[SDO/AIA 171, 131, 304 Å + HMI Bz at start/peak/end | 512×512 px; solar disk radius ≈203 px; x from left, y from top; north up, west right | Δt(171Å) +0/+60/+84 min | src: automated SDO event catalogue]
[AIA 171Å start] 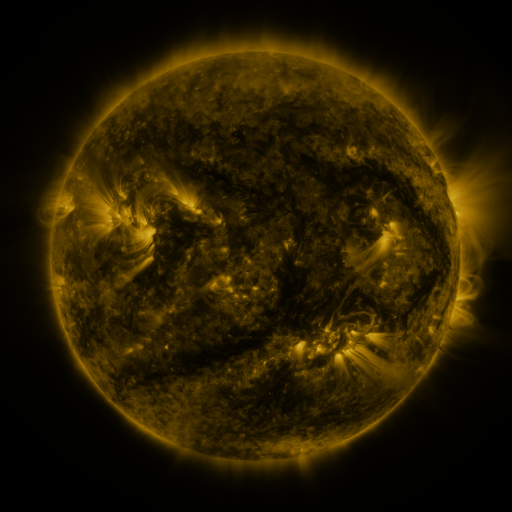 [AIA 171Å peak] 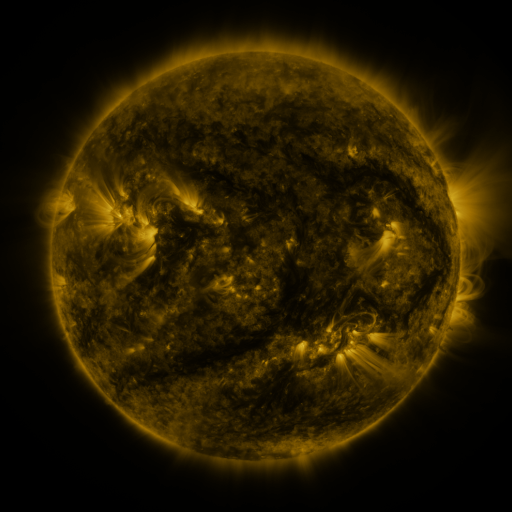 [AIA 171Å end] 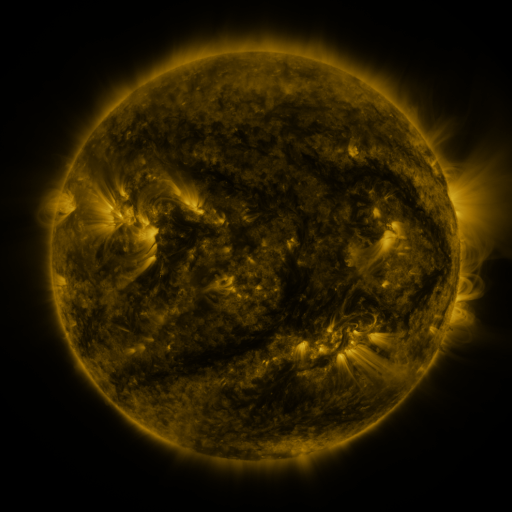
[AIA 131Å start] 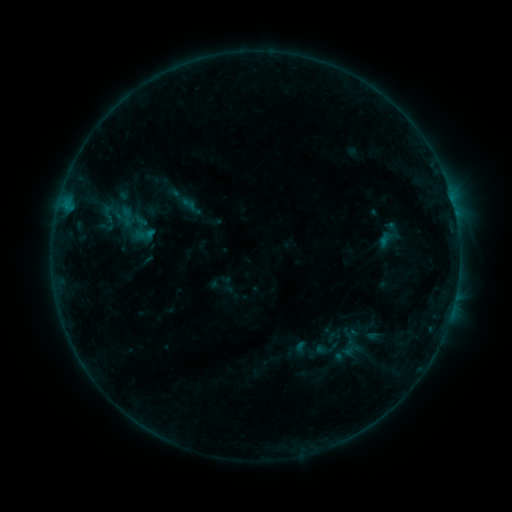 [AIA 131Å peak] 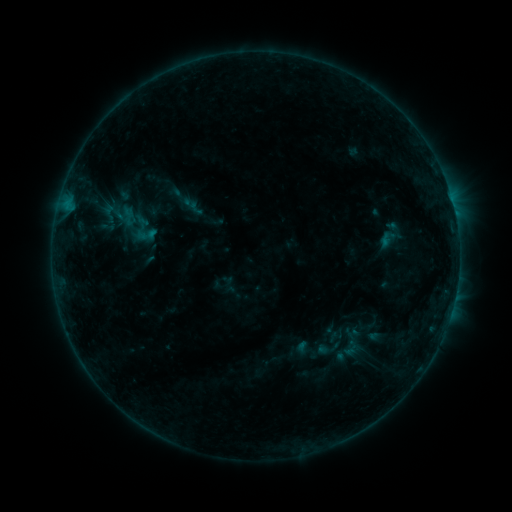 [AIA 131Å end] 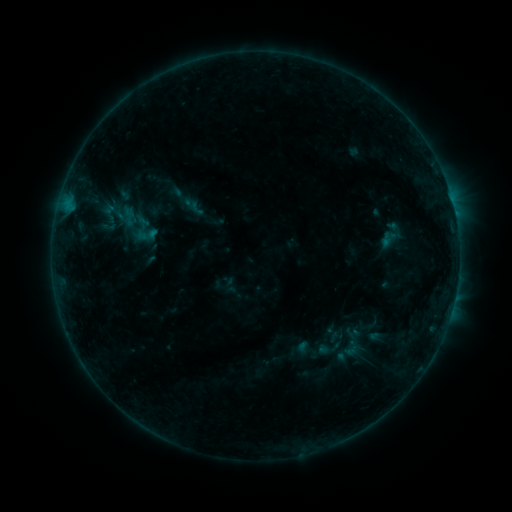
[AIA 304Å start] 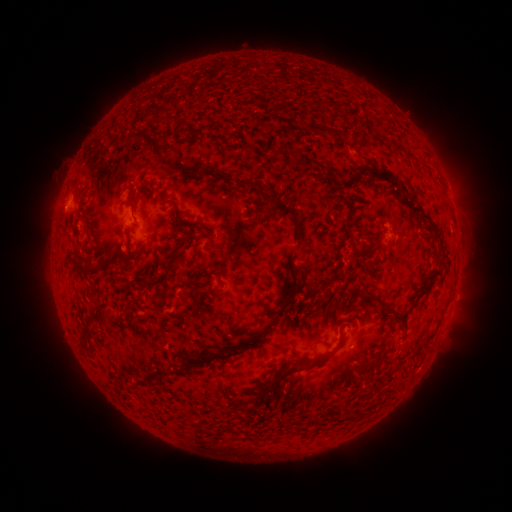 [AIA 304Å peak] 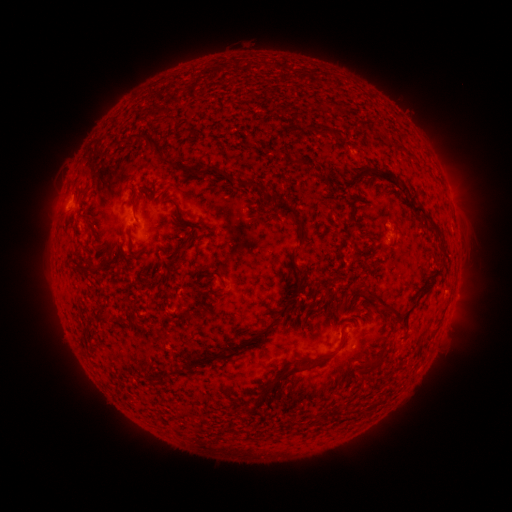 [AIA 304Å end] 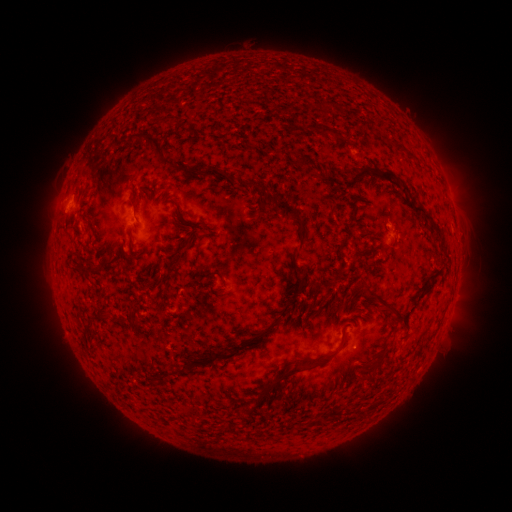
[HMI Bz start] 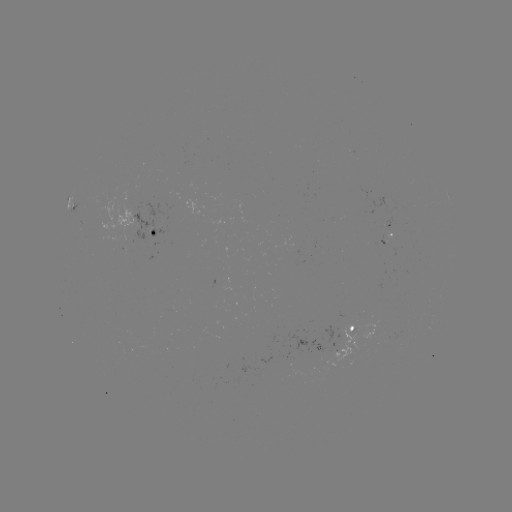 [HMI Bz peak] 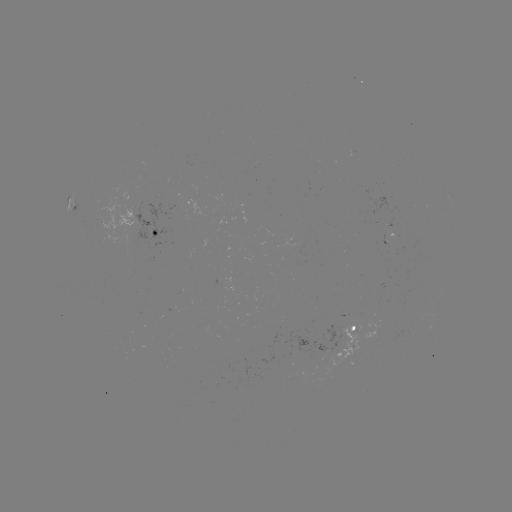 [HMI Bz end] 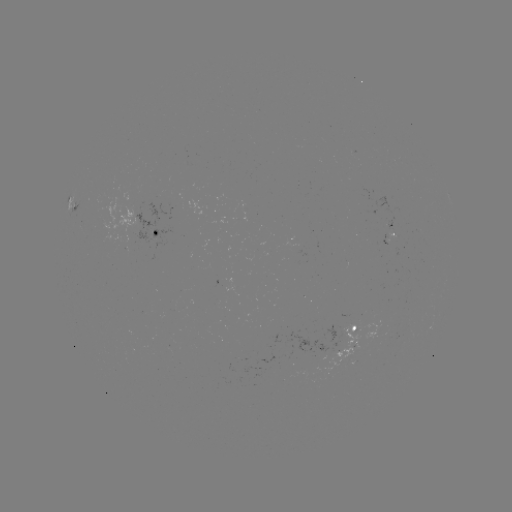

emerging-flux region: (314, 324, 358, 375)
